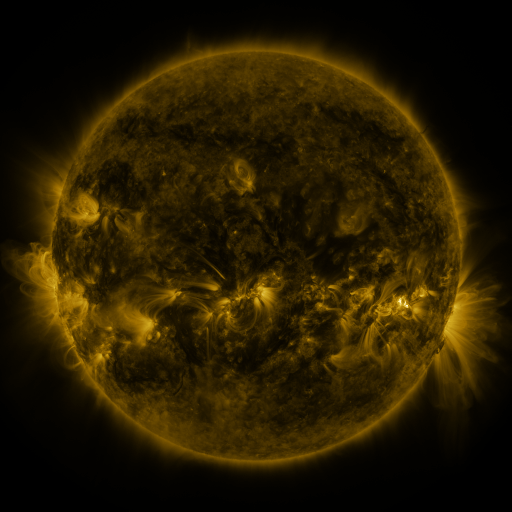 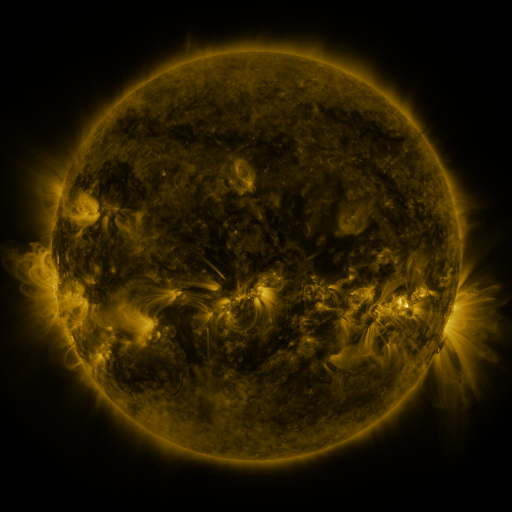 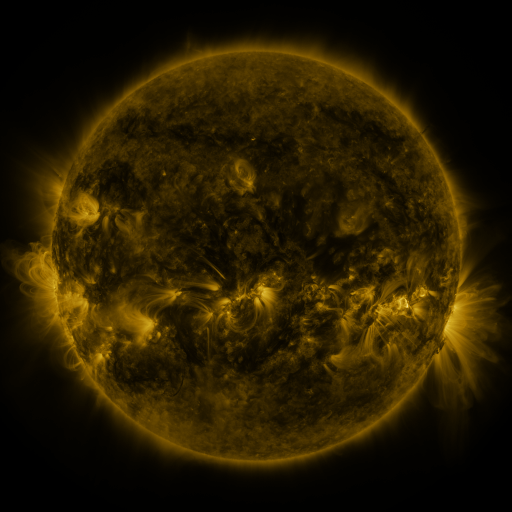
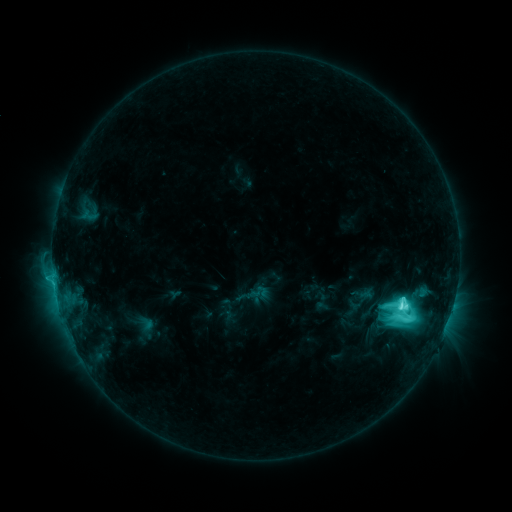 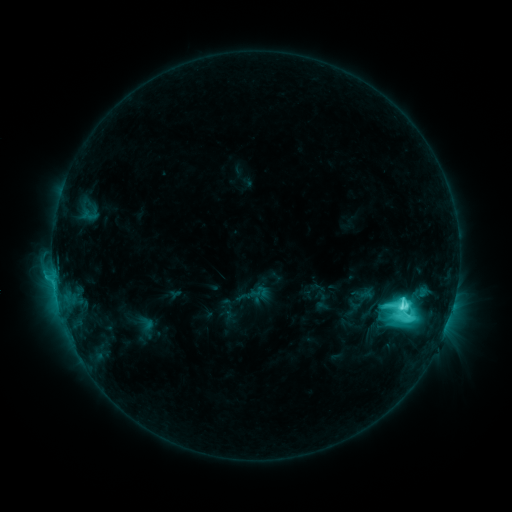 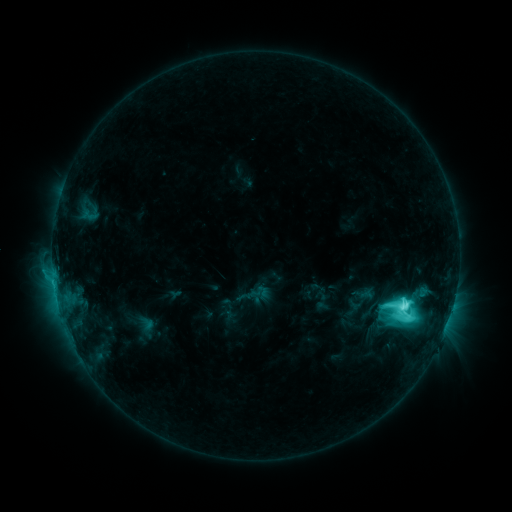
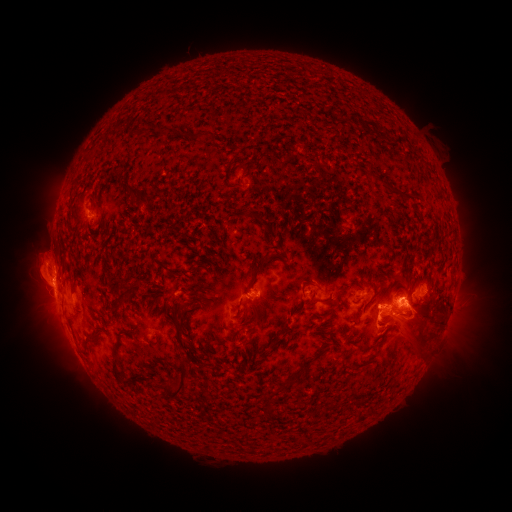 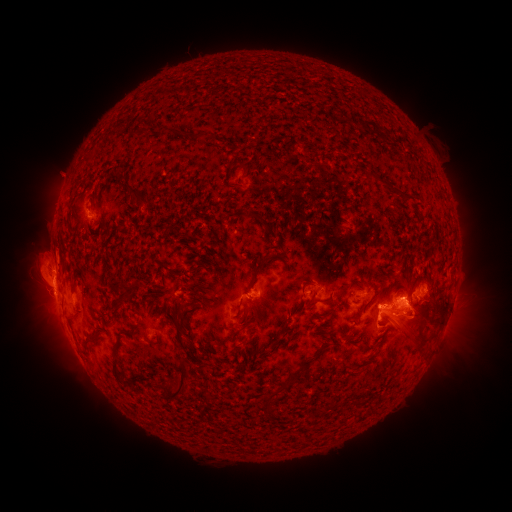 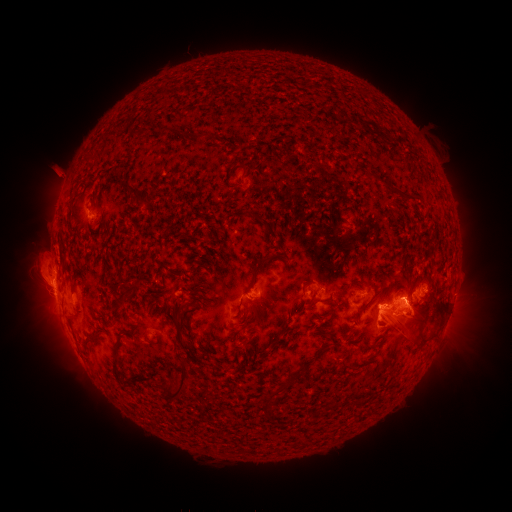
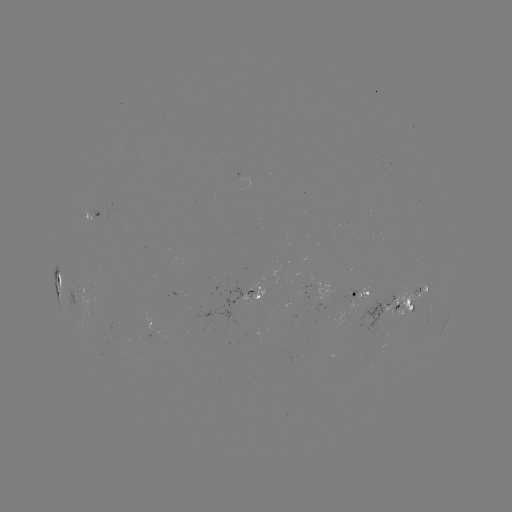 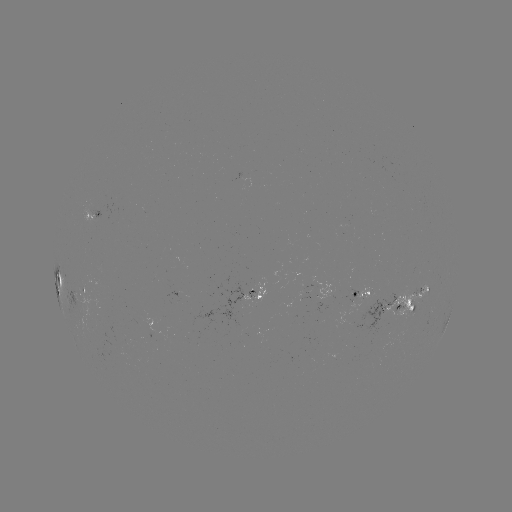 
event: eruption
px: (57, 175)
